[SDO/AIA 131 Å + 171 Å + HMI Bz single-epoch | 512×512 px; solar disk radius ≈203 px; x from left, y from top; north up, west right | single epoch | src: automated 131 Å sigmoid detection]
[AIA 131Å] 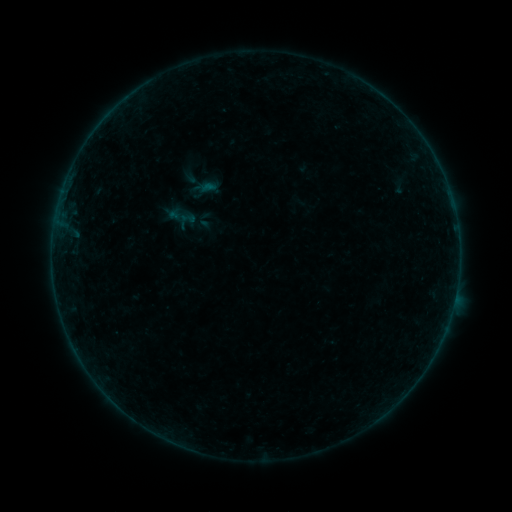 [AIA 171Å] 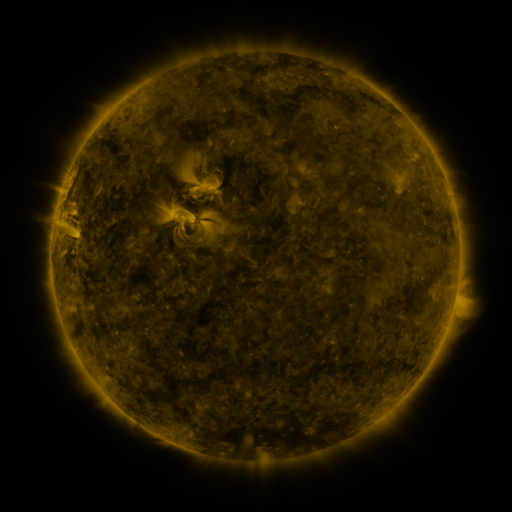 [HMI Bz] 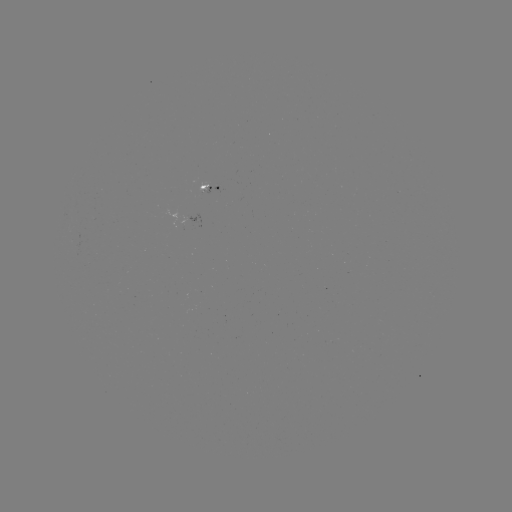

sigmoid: <bbox>180, 210, 196, 226</bbox>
